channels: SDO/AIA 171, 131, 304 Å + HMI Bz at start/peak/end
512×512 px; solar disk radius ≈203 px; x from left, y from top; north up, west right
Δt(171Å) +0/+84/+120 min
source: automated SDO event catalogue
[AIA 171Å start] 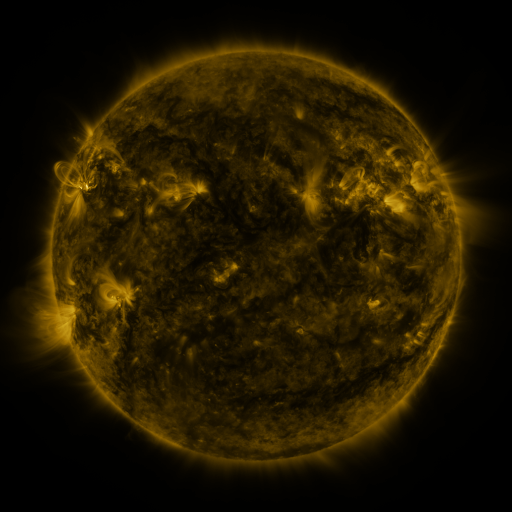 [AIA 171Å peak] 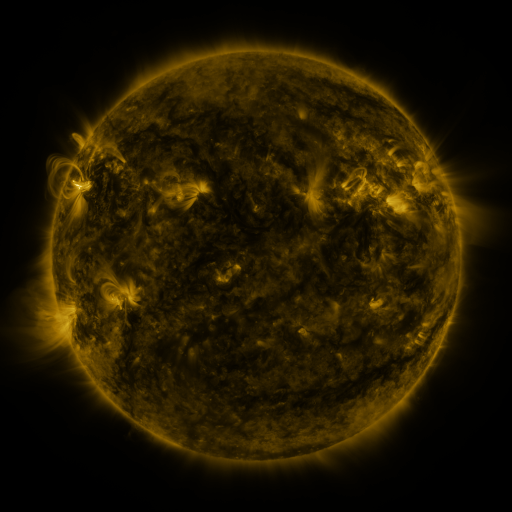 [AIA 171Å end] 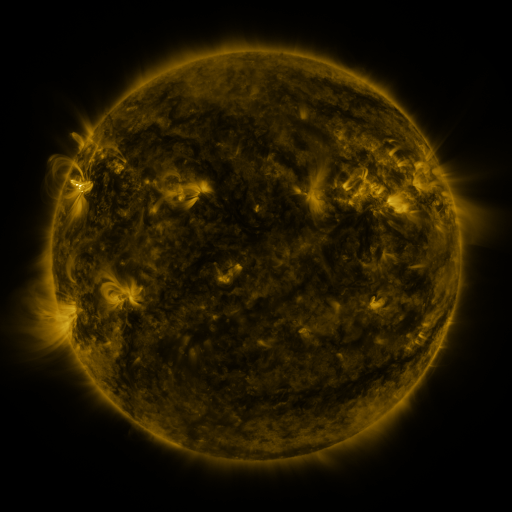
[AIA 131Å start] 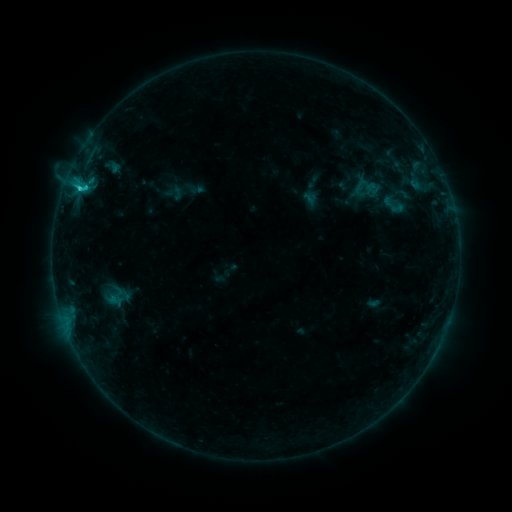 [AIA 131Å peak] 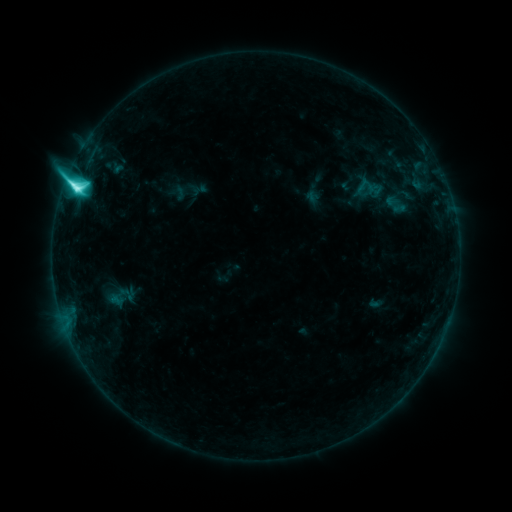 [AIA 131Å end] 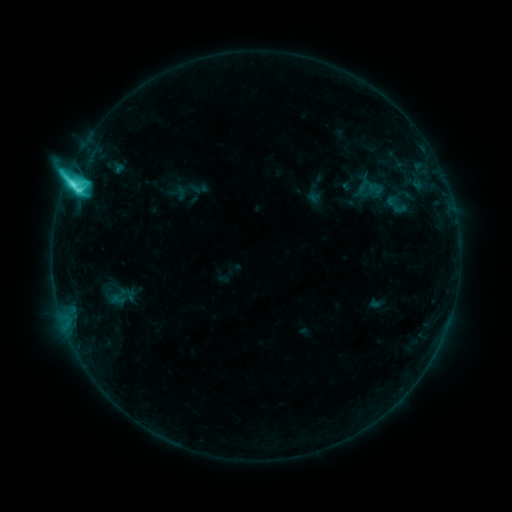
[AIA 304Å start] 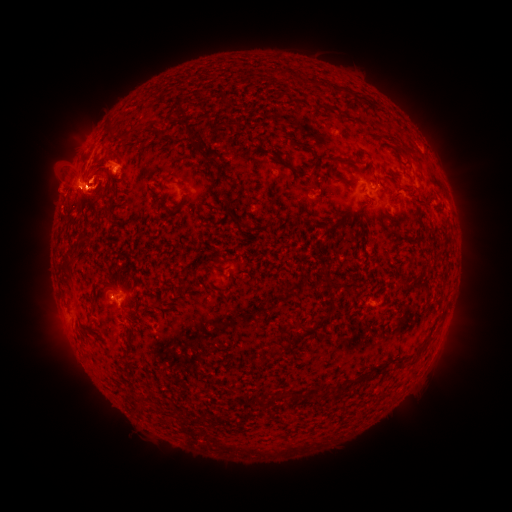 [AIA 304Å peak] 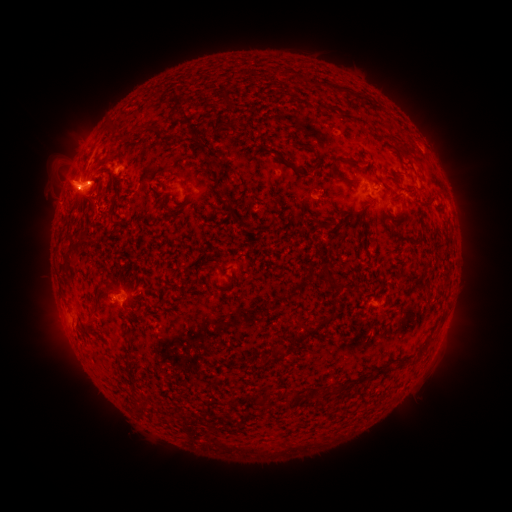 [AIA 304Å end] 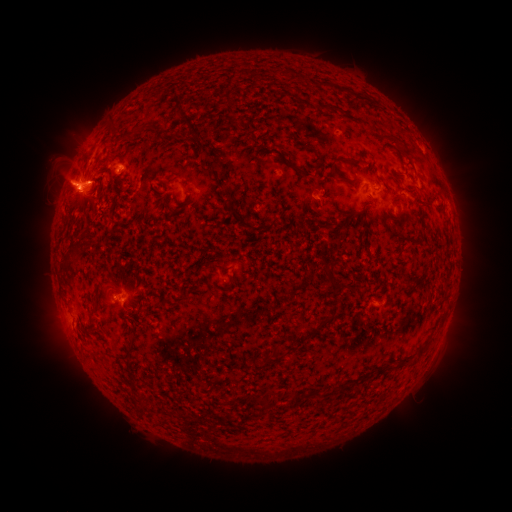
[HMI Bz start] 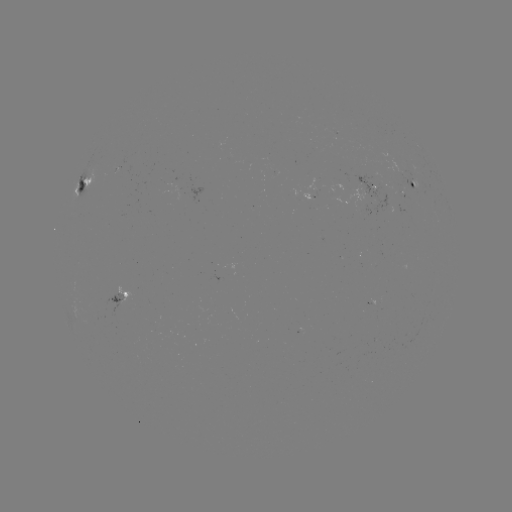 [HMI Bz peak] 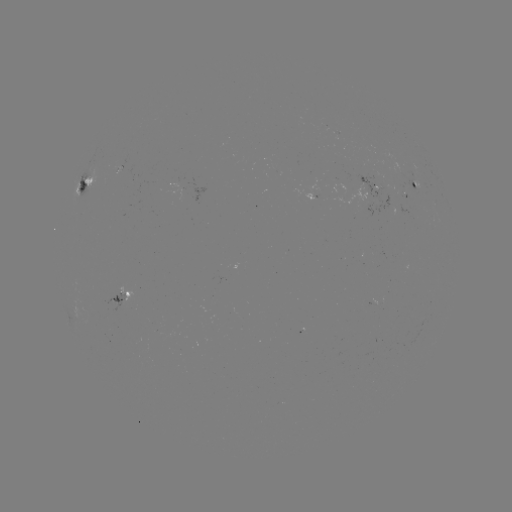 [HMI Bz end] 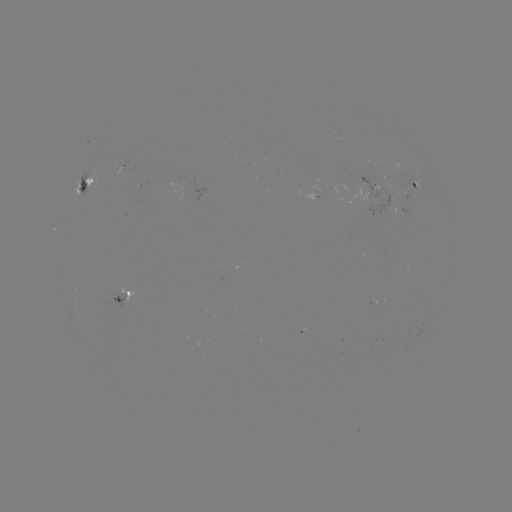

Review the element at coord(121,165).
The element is emerging-flux region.